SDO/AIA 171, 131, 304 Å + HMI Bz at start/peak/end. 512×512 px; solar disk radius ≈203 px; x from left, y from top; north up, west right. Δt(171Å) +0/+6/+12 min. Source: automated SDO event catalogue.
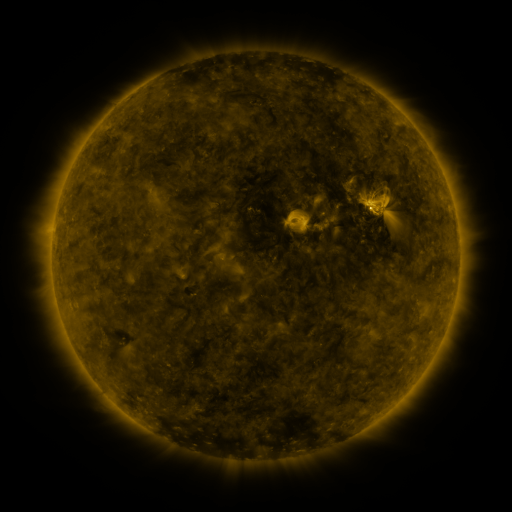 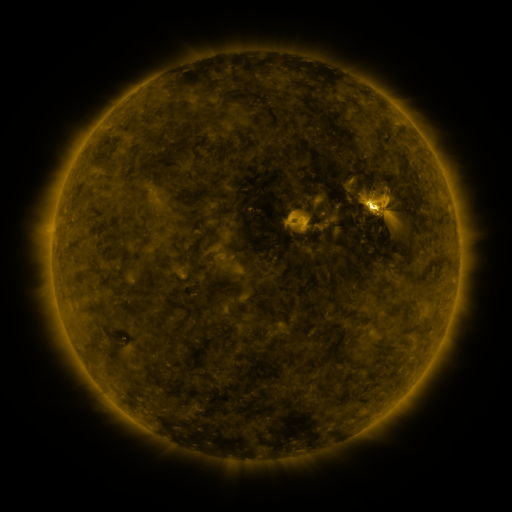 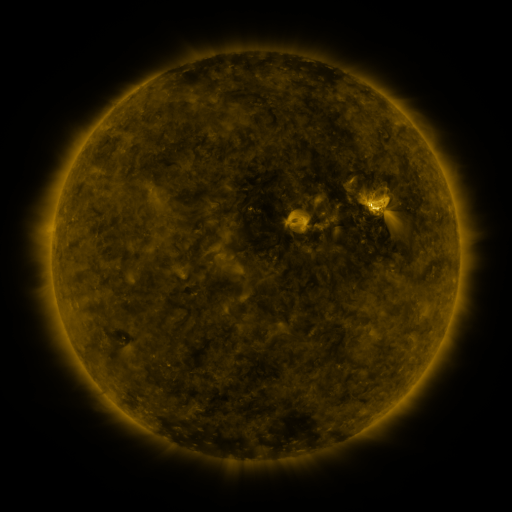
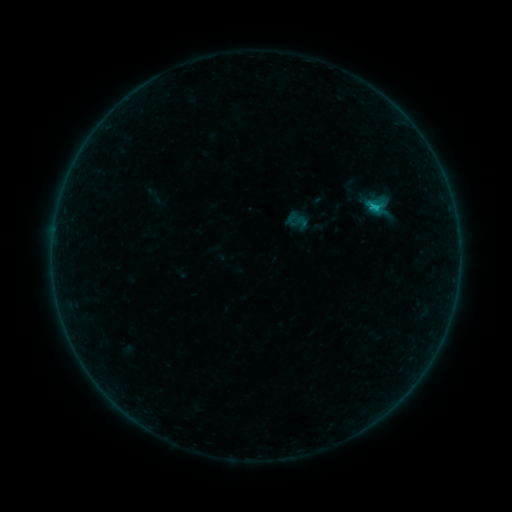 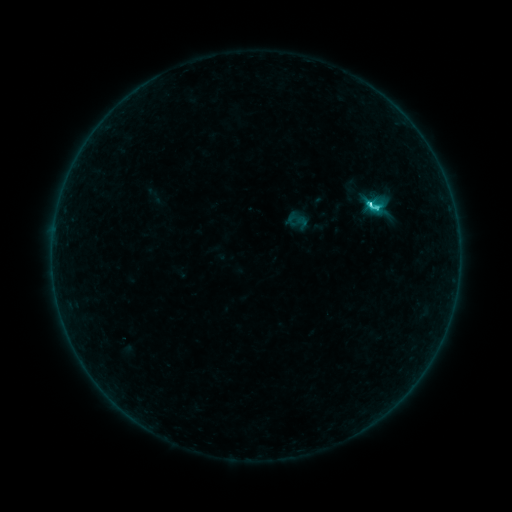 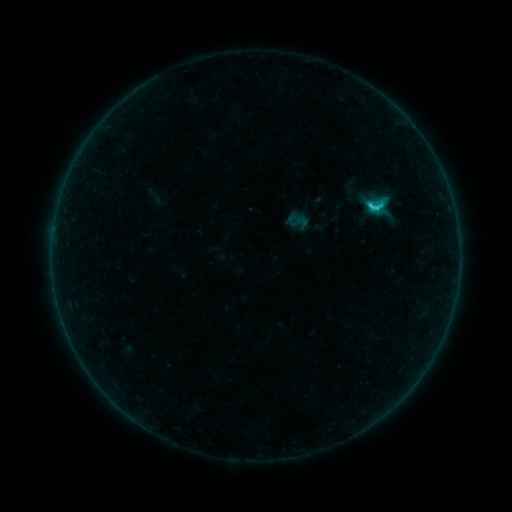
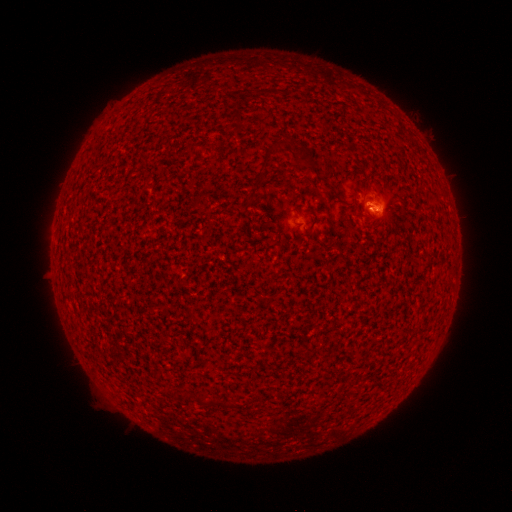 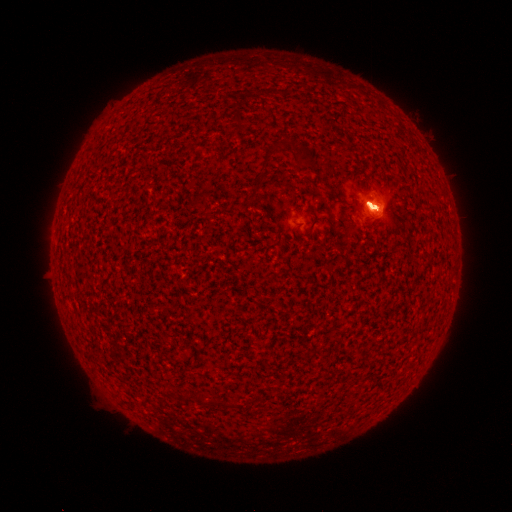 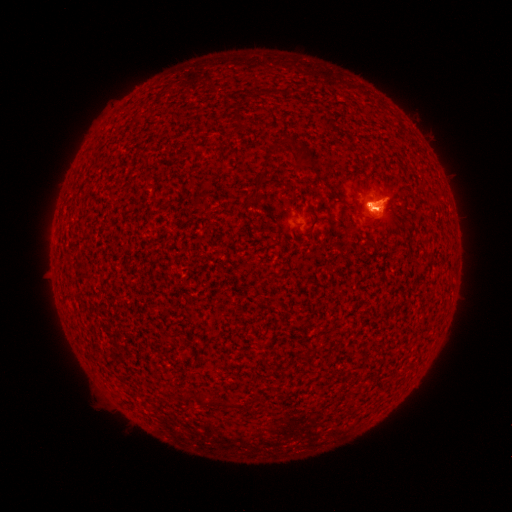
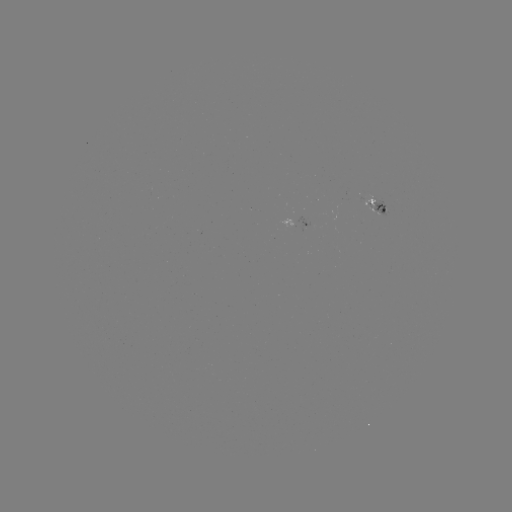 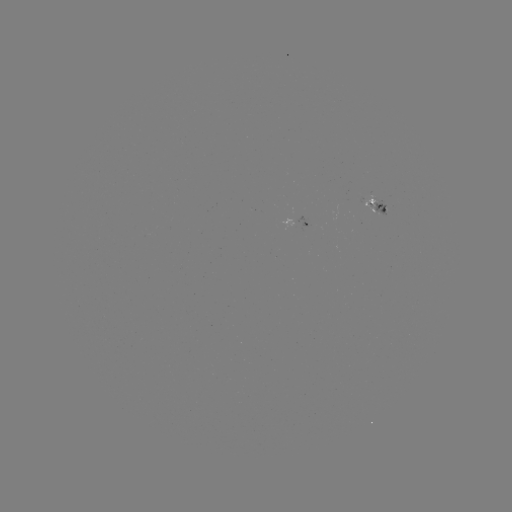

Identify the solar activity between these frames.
C5.6 flare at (368, 207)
